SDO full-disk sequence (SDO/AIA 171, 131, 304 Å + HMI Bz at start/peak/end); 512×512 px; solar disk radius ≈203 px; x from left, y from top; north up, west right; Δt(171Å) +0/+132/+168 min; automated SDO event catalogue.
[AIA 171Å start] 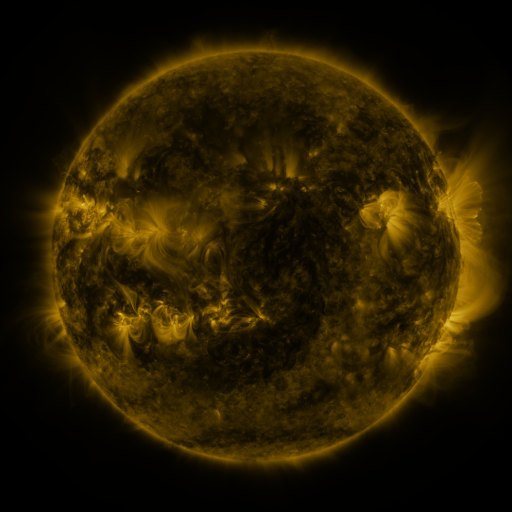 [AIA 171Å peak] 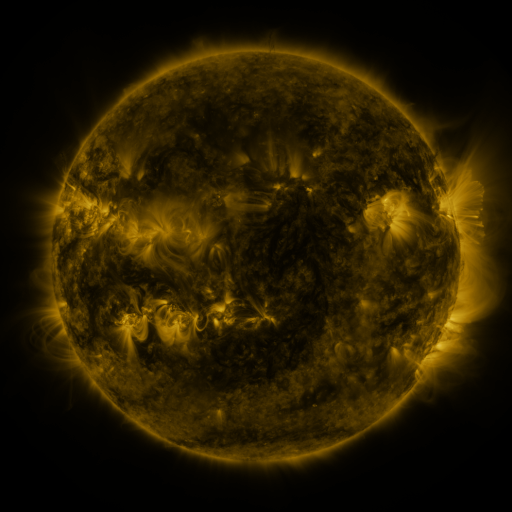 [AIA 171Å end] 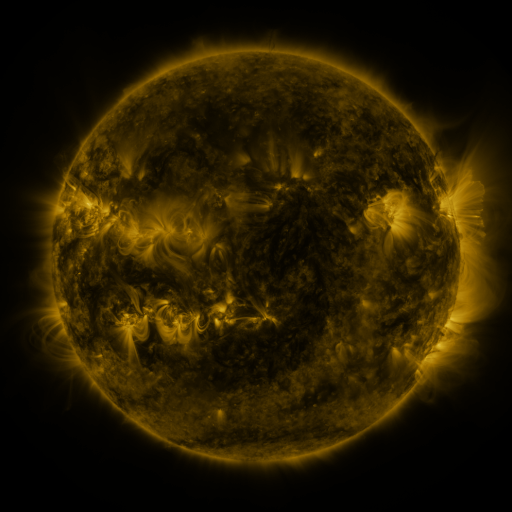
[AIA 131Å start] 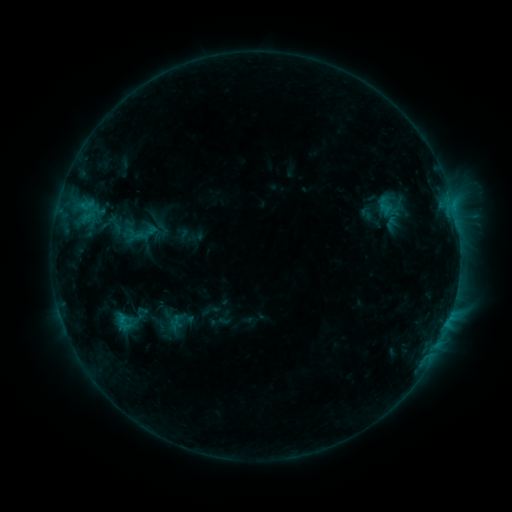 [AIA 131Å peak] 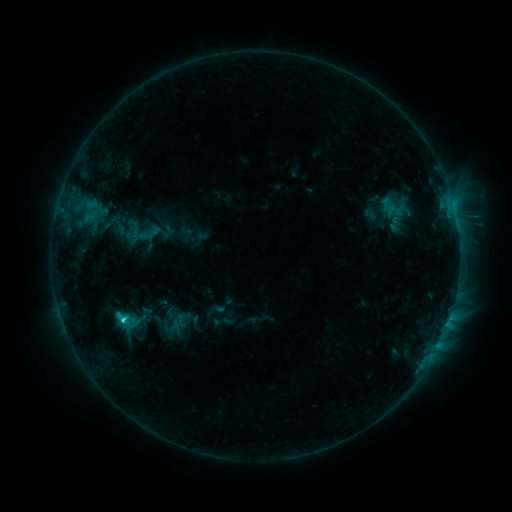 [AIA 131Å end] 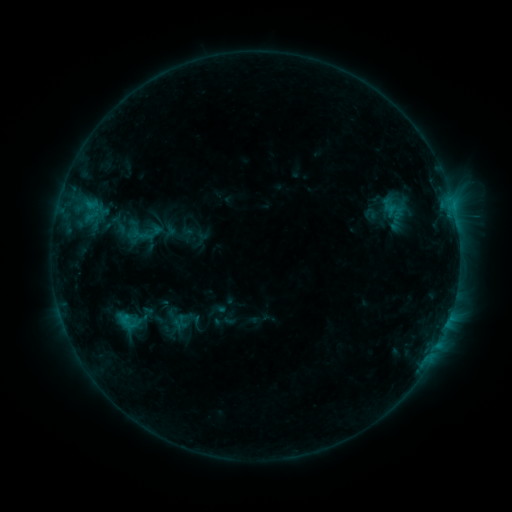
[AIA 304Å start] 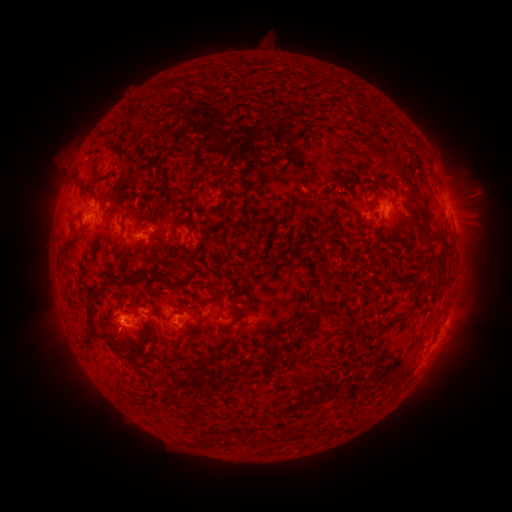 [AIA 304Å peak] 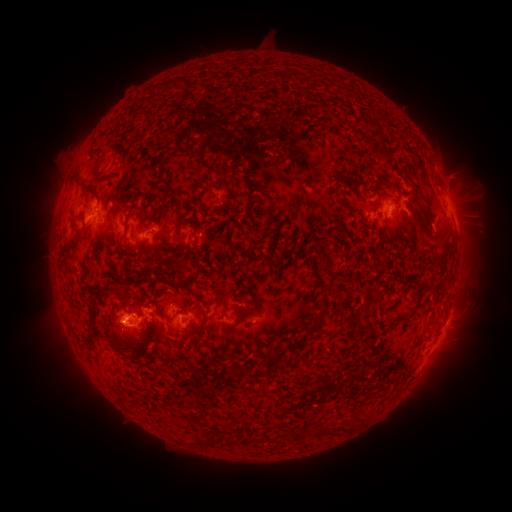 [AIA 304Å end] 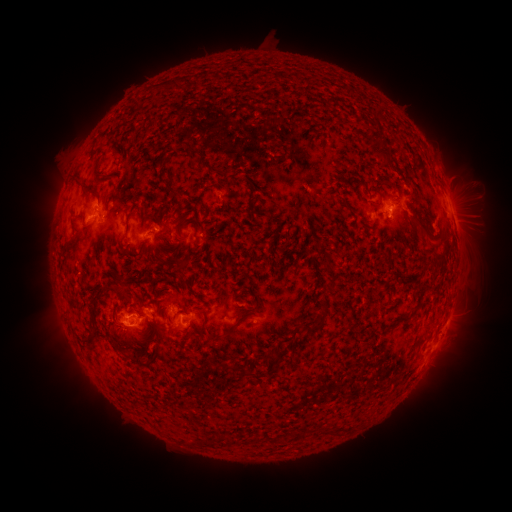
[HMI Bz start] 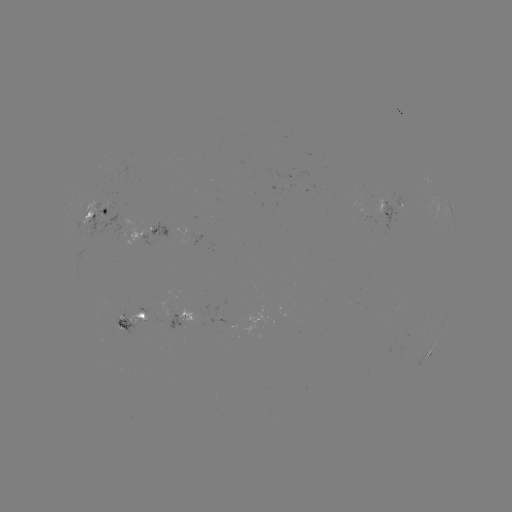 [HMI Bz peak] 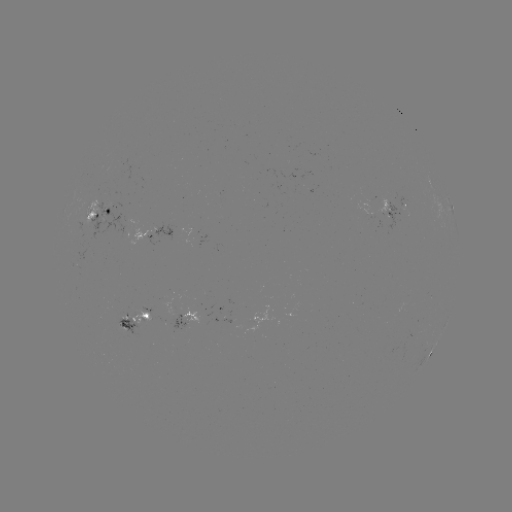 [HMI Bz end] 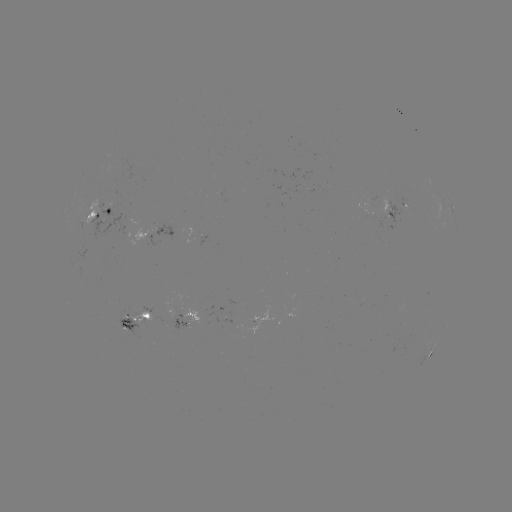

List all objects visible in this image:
emerging-flux region: (201, 237)
